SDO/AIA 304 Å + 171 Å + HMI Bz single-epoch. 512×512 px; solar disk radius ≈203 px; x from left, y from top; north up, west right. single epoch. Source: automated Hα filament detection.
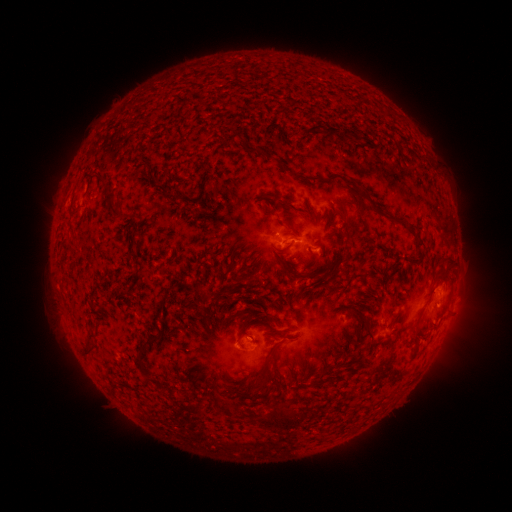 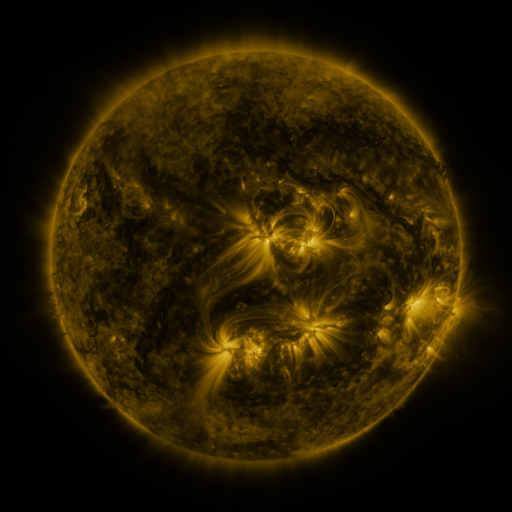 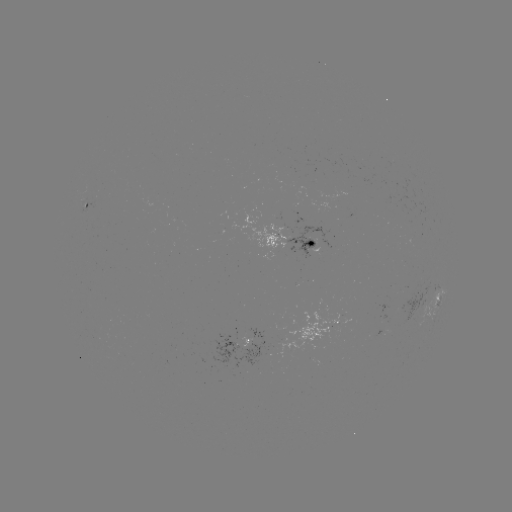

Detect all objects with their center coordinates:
filament: <bbox>278, 160, 288, 172</bbox>
filament: <bbox>295, 173, 337, 185</bbox>
filament: <bbox>361, 189, 390, 222</bbox>
filament: <bbox>105, 192, 117, 204</bbox>
filament: <bbox>111, 208, 121, 218</bbox>
filament: <bbox>343, 215, 359, 230</bbox>
filament: <bbox>335, 230, 348, 238</bbox>
filament: <bbox>415, 241, 425, 250</bbox>
filament: <bbox>274, 242, 293, 253</bbox>
filament: <bbox>439, 257, 454, 268</bbox>
filament: <bbox>277, 258, 290, 272</bbox>
filament: <bbox>411, 307, 426, 346</bbox>
filament: <bbox>357, 314, 373, 354</bbox>
filament: <bbox>235, 334, 242, 344</bbox>
filament: <bbox>136, 335, 157, 365</bbox>
filament: <bbox>81, 339, 98, 354</bbox>
filament: <bbox>316, 372, 324, 384</bbox>
filament: <bbox>249, 374, 267, 394</bbox>
filament: <bbox>267, 405, 294, 432</bbox>
